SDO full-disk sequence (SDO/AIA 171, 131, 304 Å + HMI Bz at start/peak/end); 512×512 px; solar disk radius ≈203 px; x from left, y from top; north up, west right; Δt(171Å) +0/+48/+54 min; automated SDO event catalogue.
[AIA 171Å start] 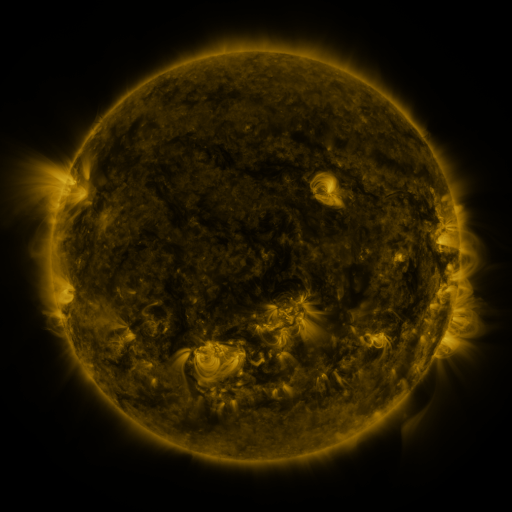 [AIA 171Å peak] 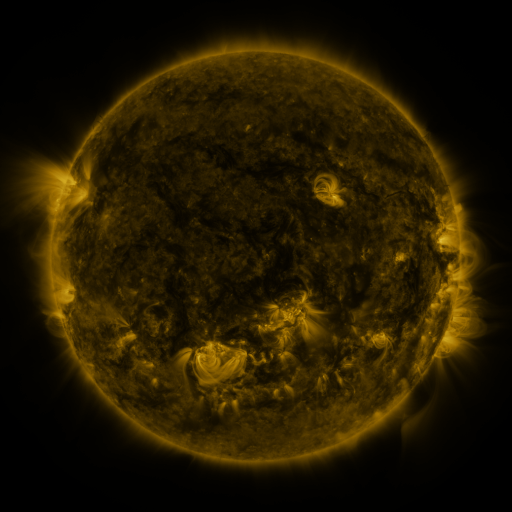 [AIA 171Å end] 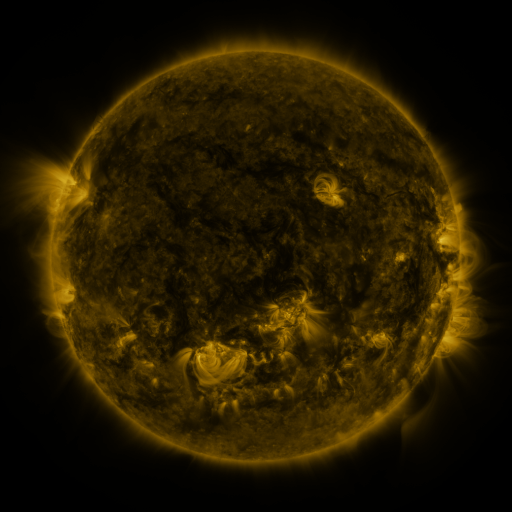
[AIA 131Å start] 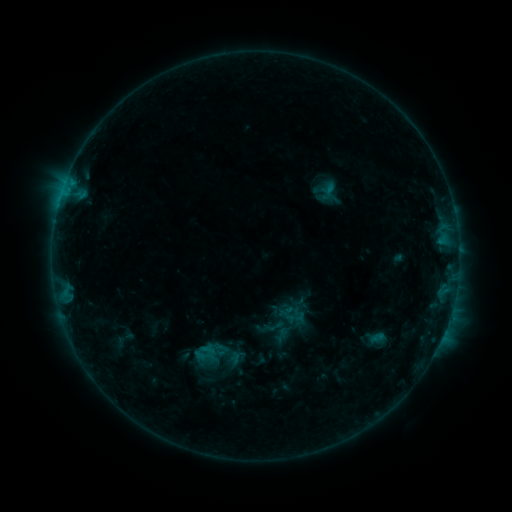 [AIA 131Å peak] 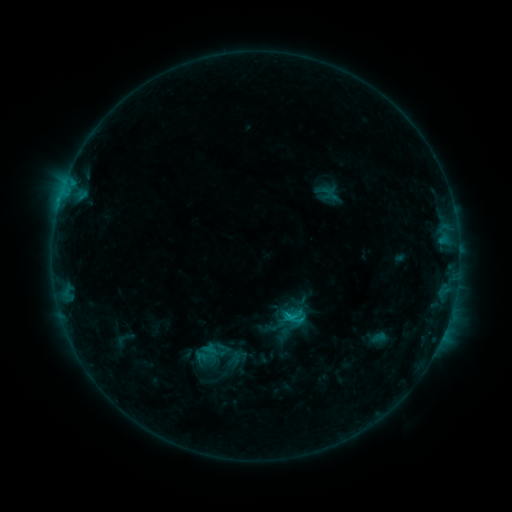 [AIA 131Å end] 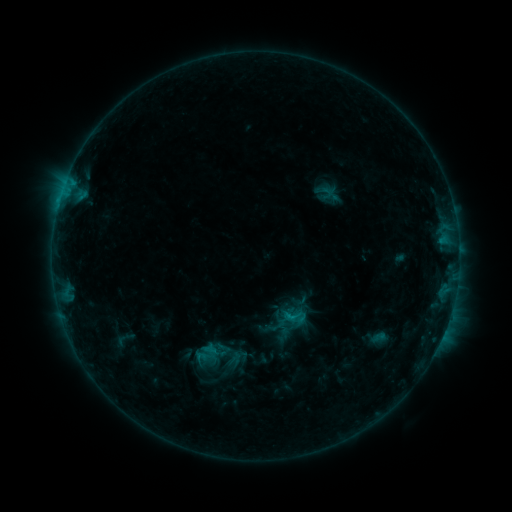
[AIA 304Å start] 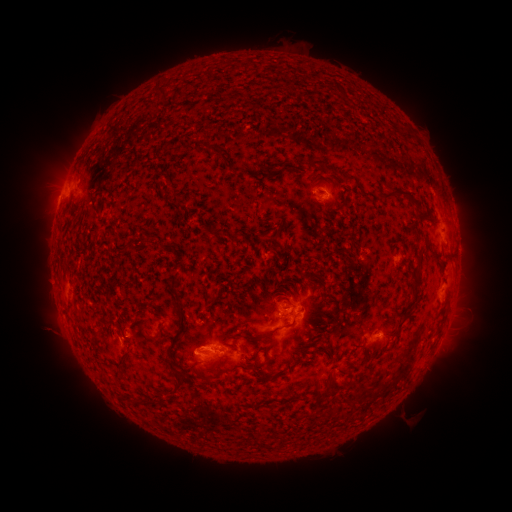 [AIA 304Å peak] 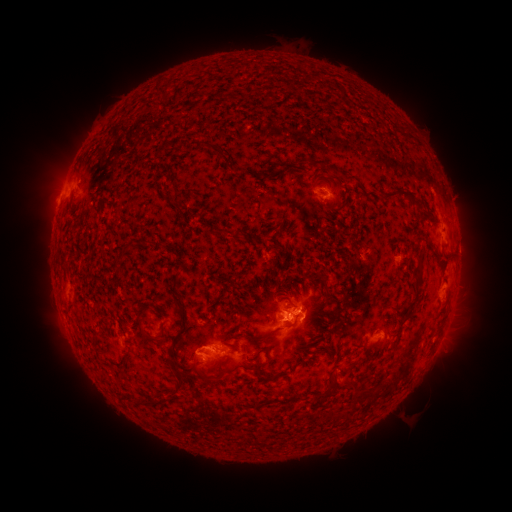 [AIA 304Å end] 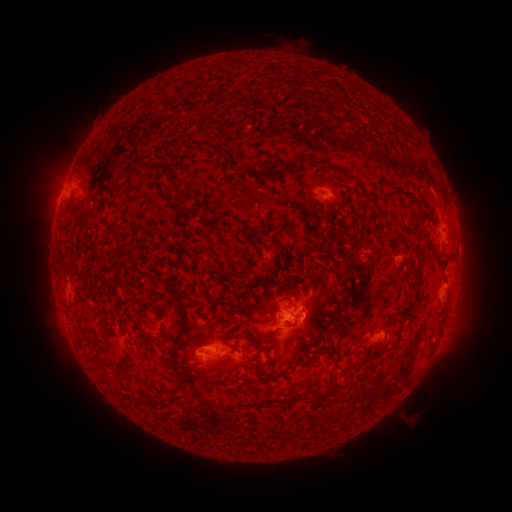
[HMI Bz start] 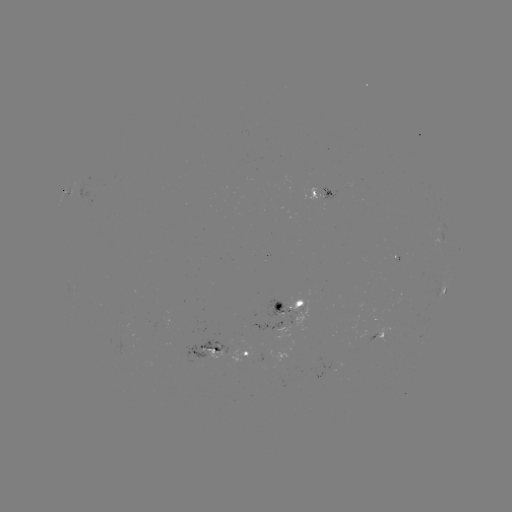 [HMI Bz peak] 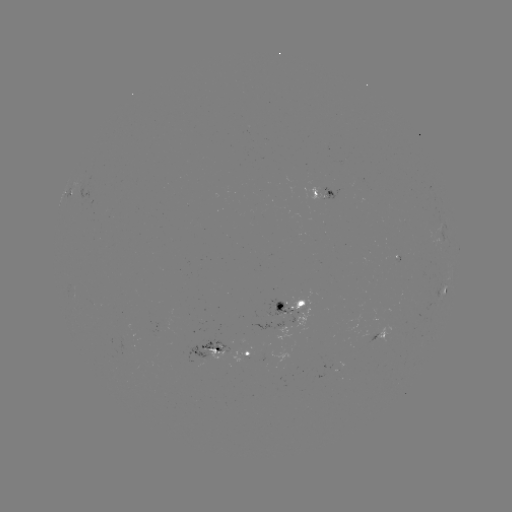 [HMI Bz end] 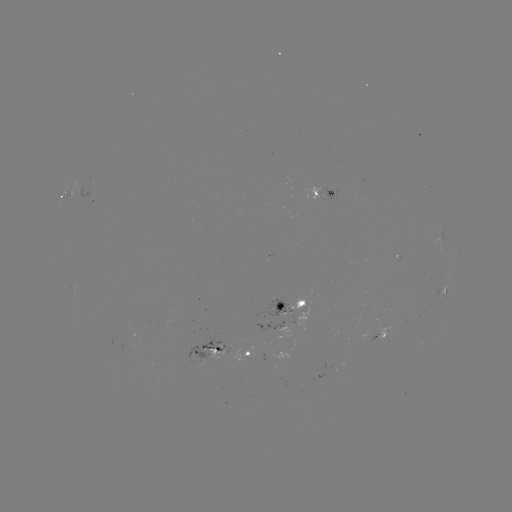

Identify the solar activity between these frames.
C1.4 flare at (287, 315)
